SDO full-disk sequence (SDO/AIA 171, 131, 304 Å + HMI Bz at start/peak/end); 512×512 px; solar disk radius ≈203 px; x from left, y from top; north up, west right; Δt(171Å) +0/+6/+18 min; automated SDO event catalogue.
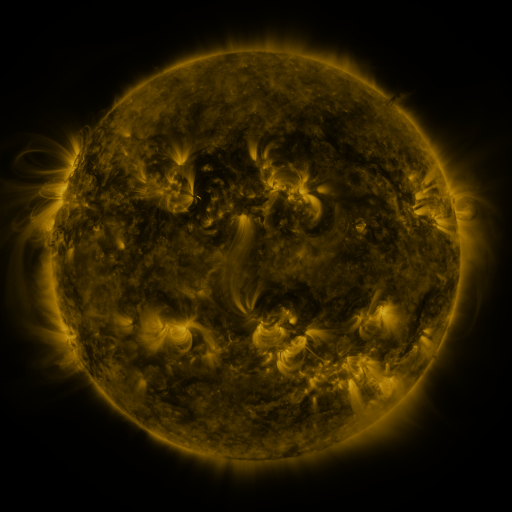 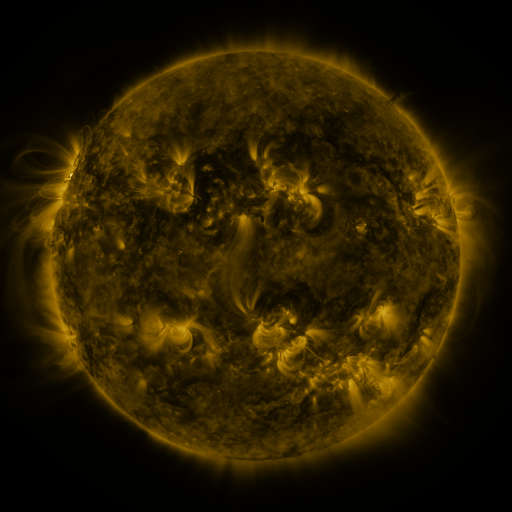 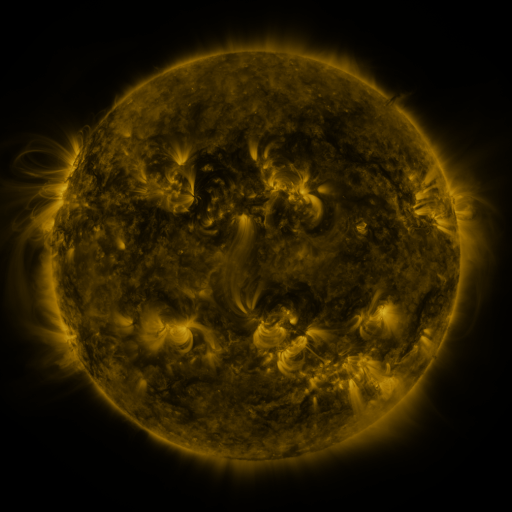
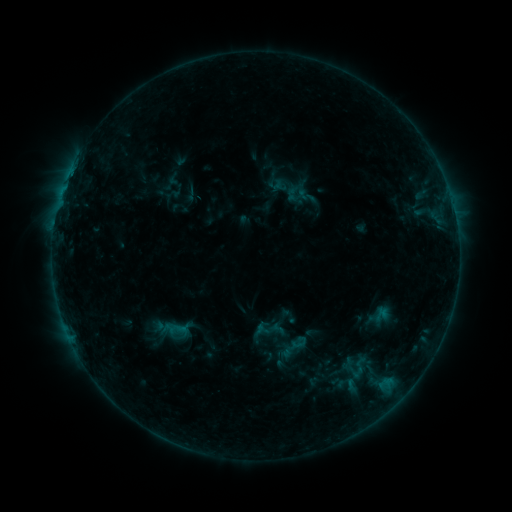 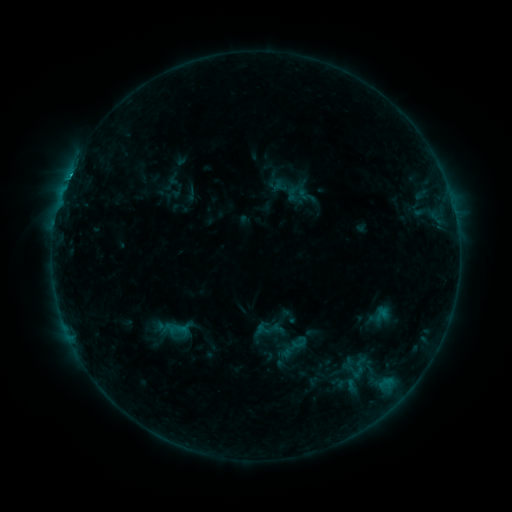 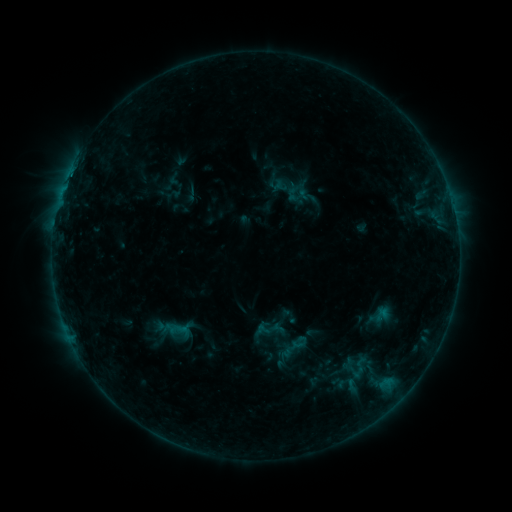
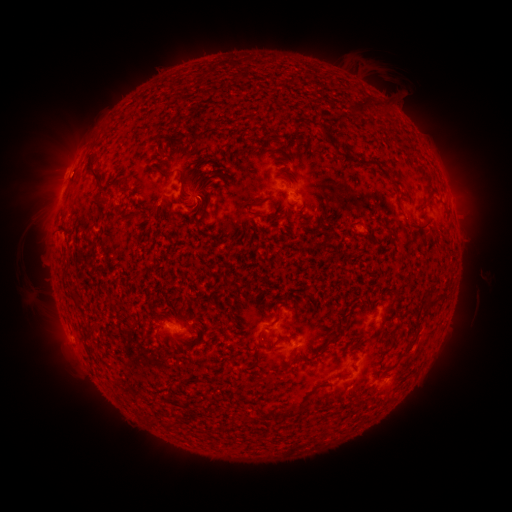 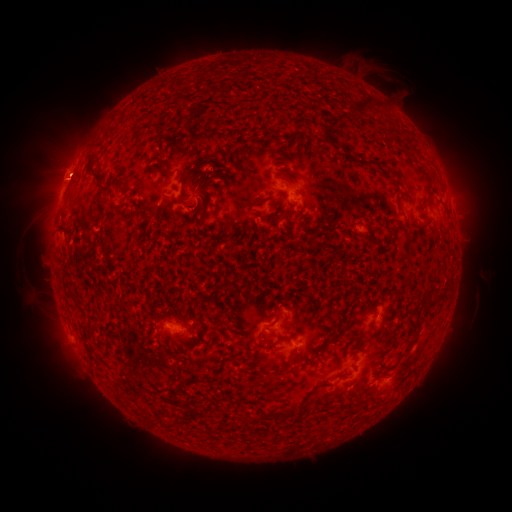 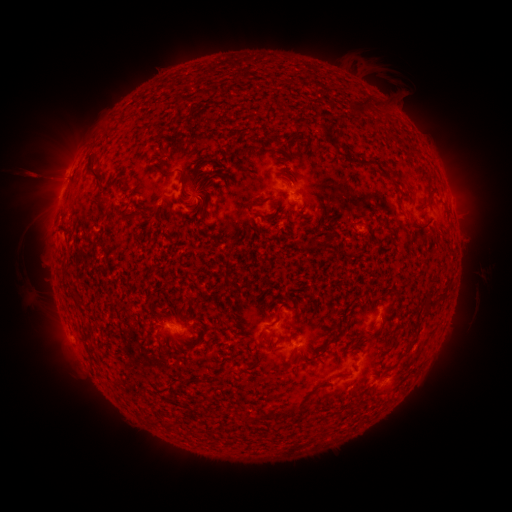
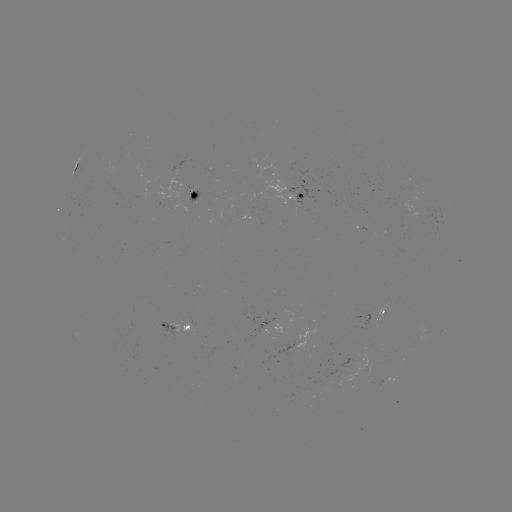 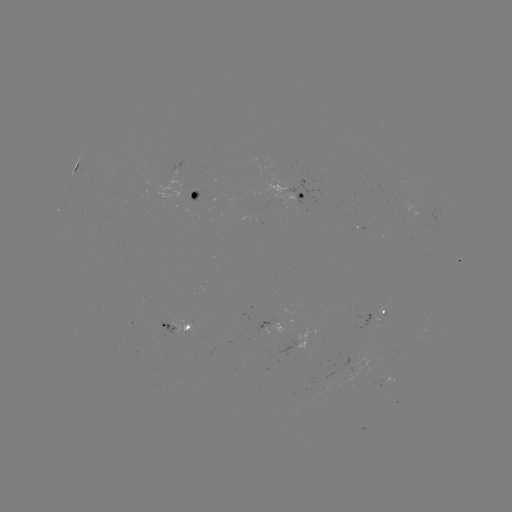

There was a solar flare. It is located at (69, 178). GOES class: B7.5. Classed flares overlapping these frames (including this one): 1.